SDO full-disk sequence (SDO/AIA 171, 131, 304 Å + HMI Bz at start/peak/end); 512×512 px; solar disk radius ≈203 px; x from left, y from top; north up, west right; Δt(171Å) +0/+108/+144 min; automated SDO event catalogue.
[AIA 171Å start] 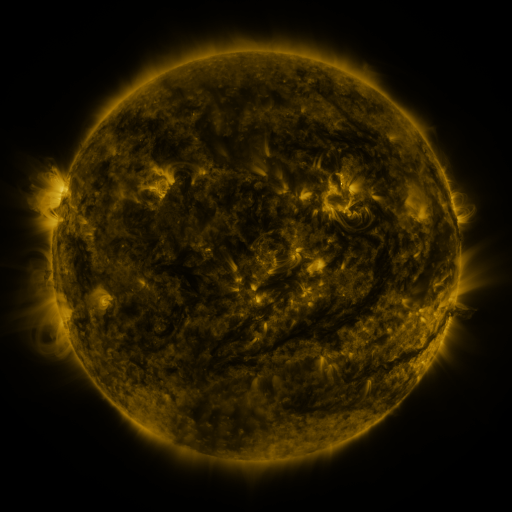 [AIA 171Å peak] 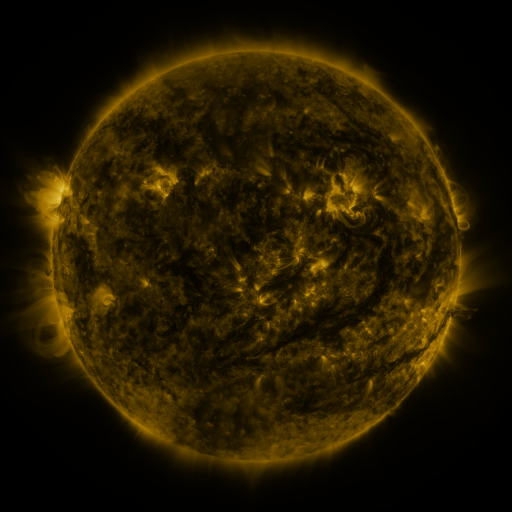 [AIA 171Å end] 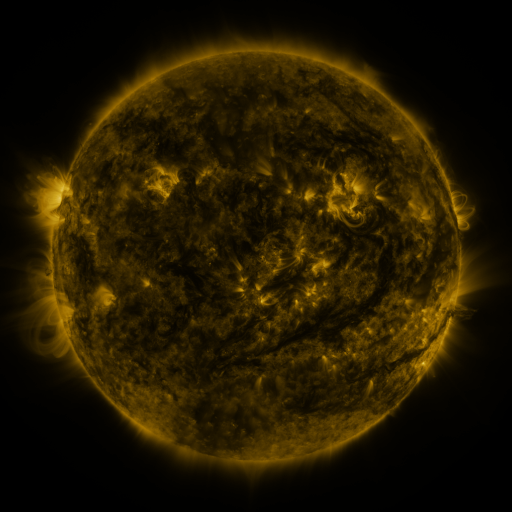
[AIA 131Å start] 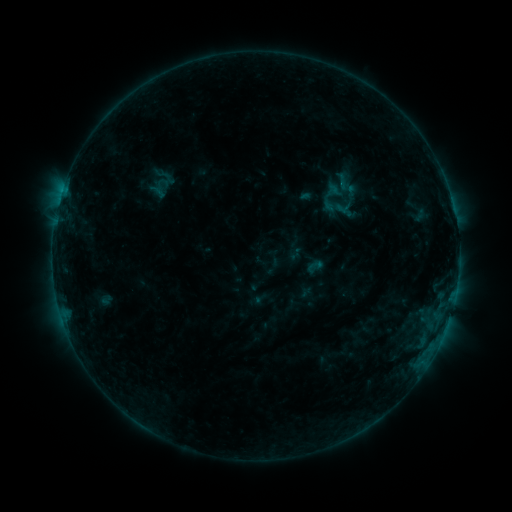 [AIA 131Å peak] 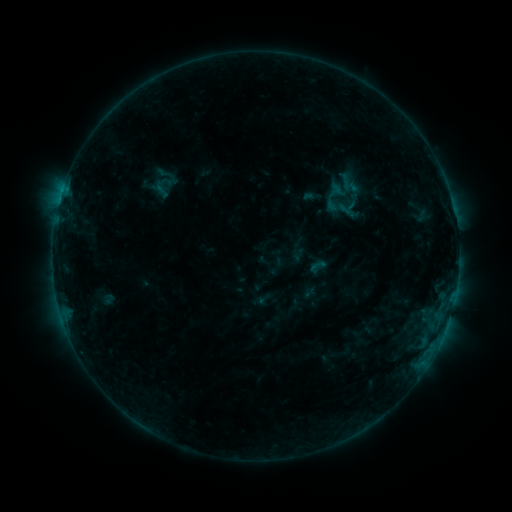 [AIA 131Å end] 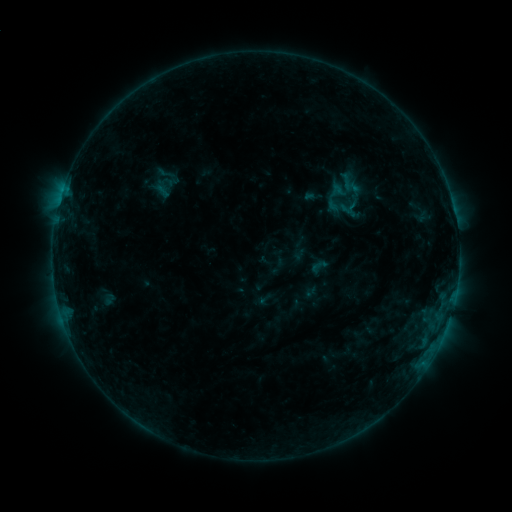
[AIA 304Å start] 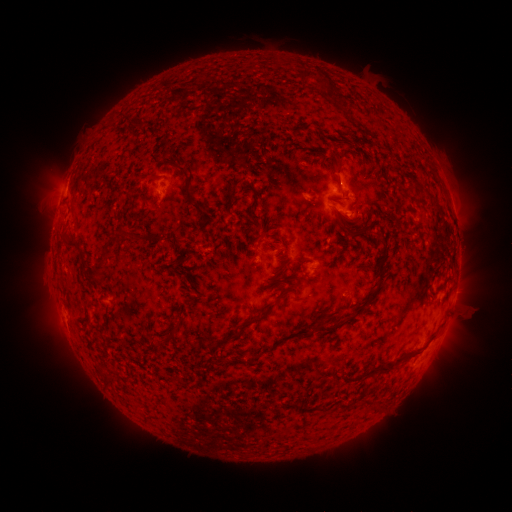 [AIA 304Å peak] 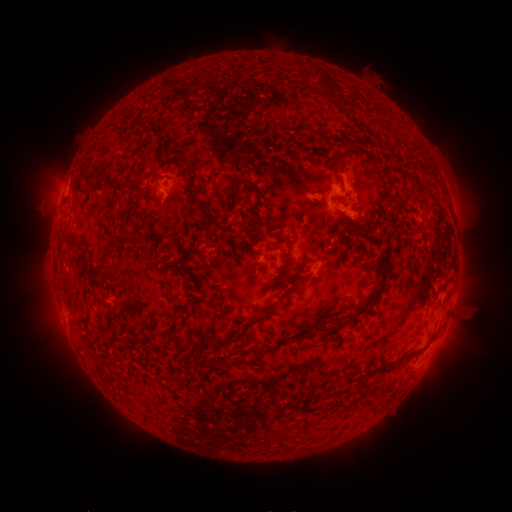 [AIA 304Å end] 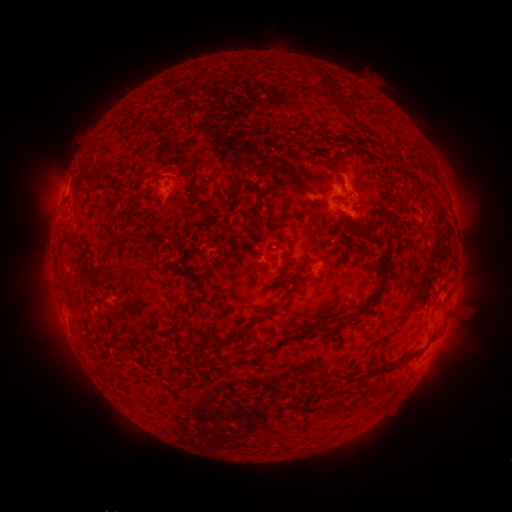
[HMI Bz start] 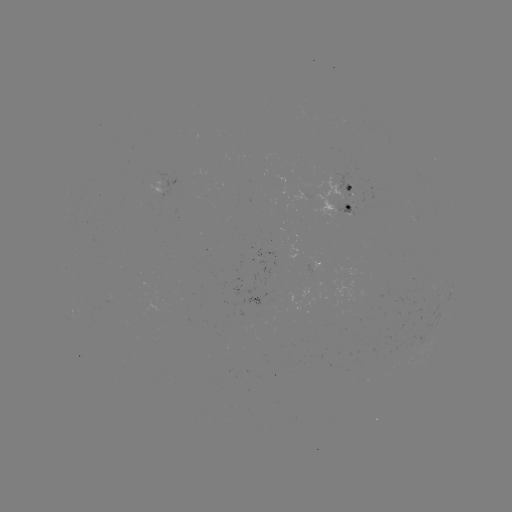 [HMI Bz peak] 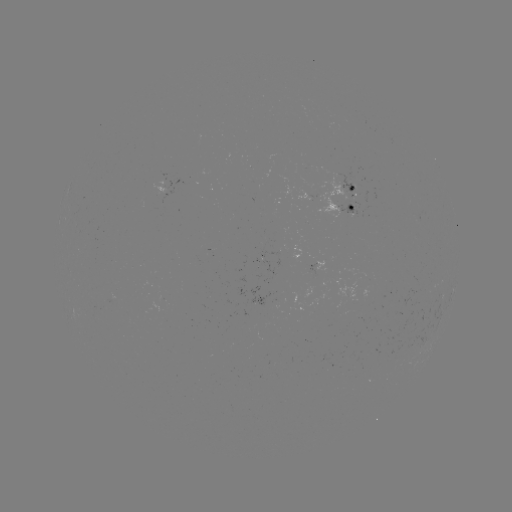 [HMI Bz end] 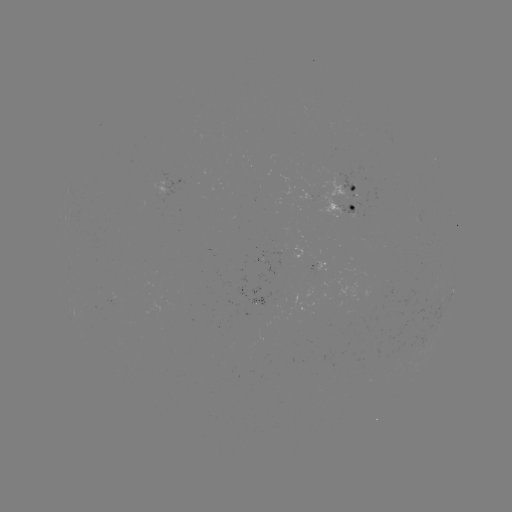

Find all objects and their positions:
emerging-flux region: (339, 179)
